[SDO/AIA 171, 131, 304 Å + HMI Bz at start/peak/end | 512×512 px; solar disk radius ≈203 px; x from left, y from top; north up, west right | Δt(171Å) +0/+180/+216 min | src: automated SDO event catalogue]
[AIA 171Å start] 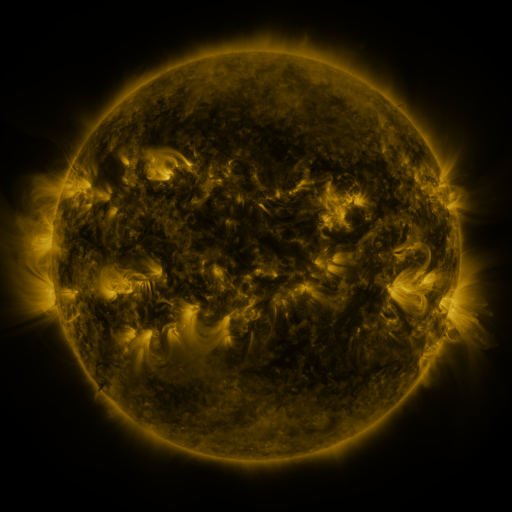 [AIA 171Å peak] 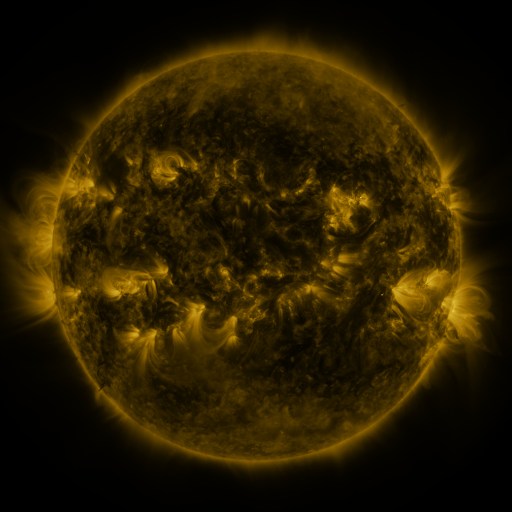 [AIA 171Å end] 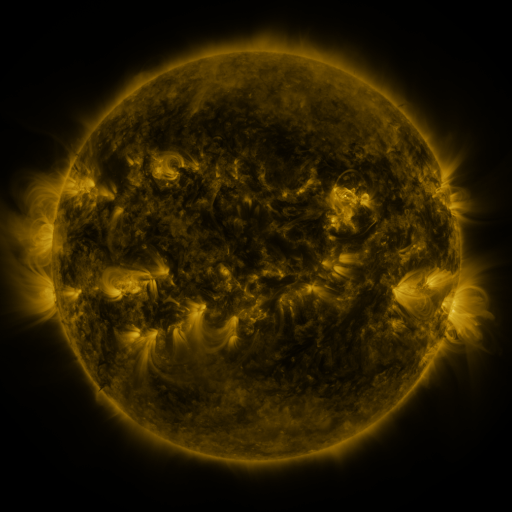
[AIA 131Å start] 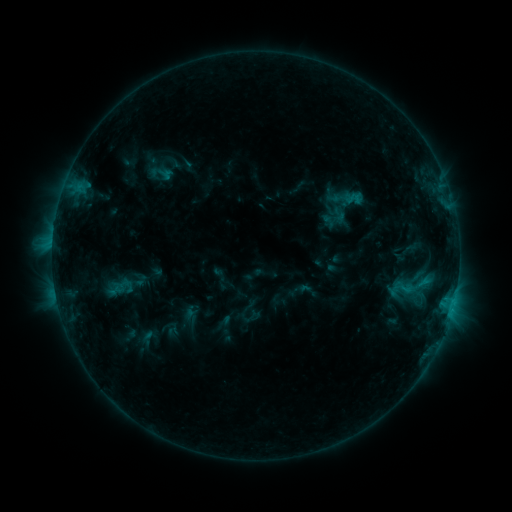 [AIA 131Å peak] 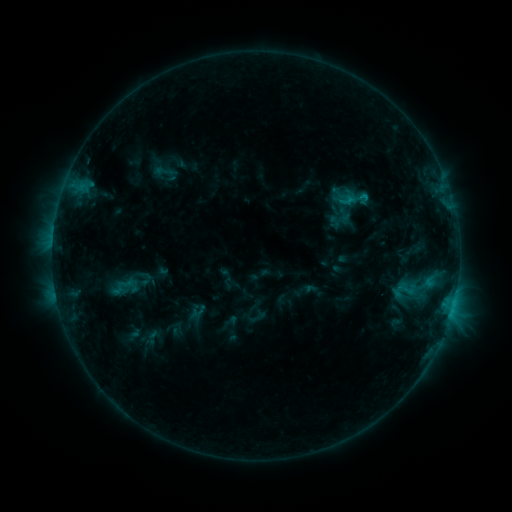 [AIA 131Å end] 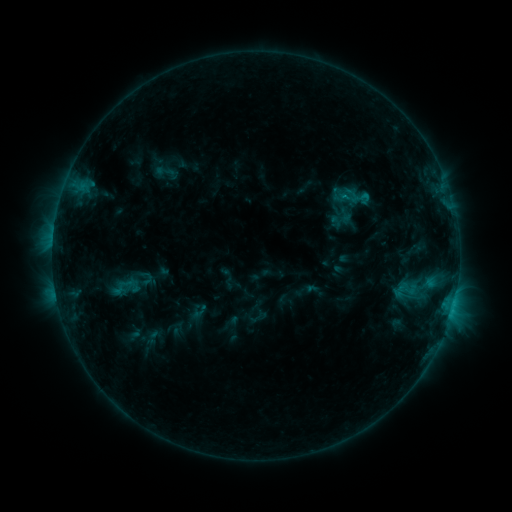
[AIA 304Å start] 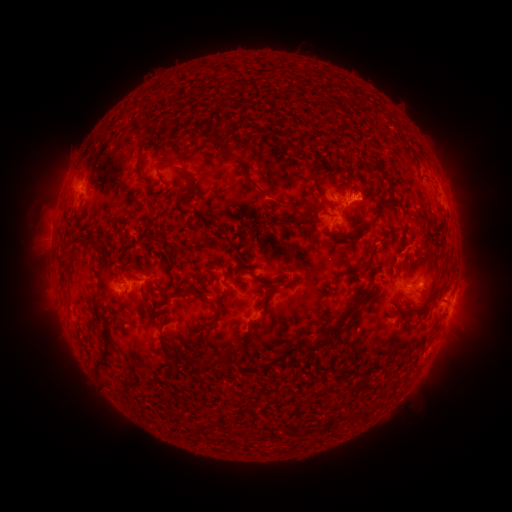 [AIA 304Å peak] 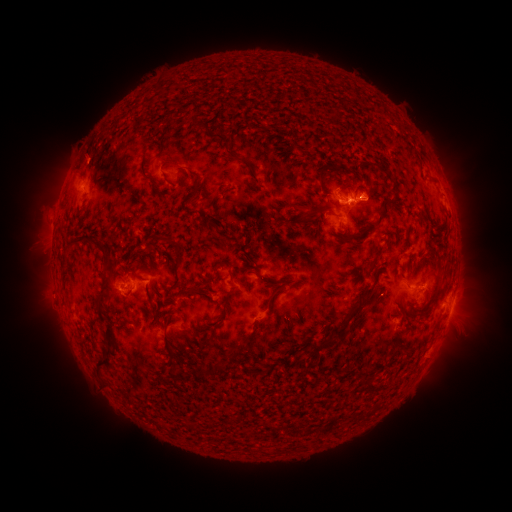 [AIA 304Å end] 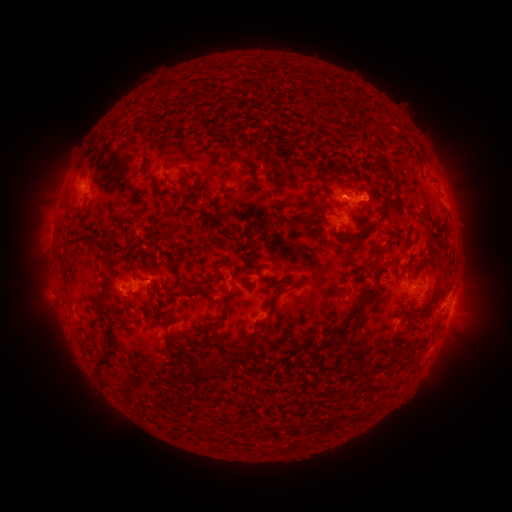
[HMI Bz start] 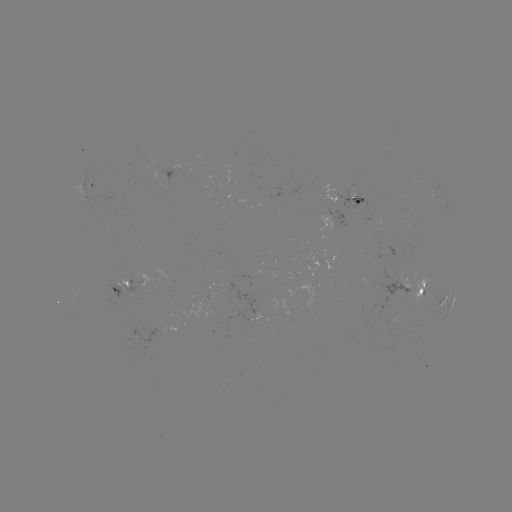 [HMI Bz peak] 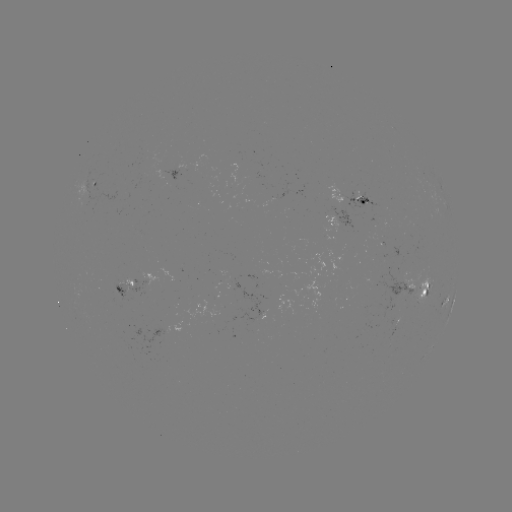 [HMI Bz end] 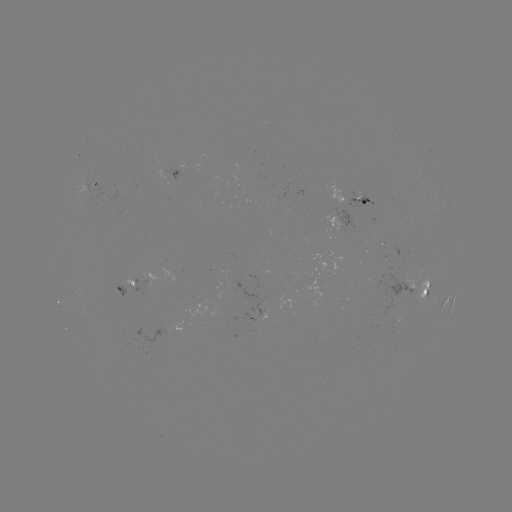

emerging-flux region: <bbox>353, 185, 362, 200</bbox>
